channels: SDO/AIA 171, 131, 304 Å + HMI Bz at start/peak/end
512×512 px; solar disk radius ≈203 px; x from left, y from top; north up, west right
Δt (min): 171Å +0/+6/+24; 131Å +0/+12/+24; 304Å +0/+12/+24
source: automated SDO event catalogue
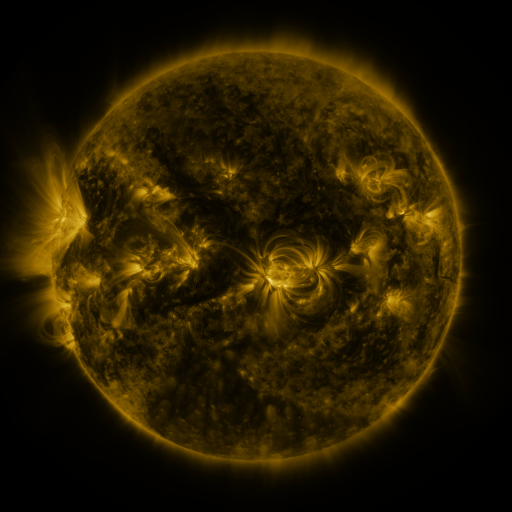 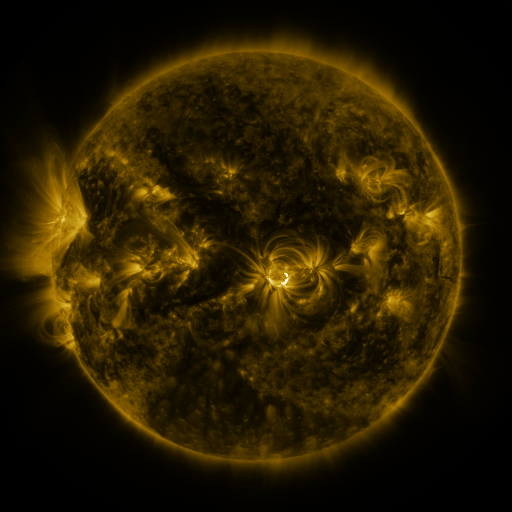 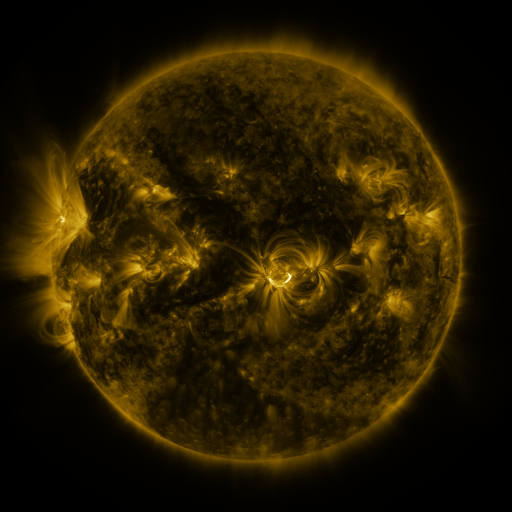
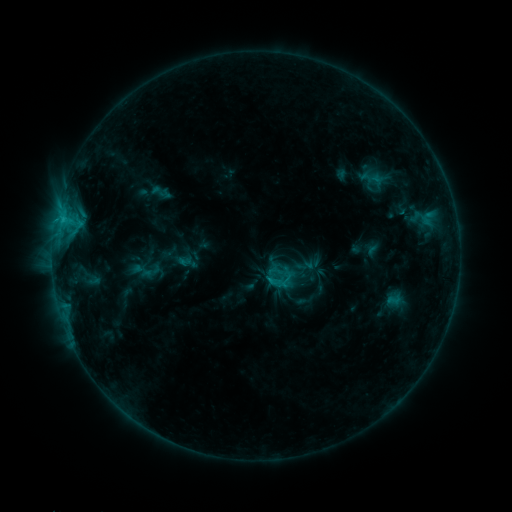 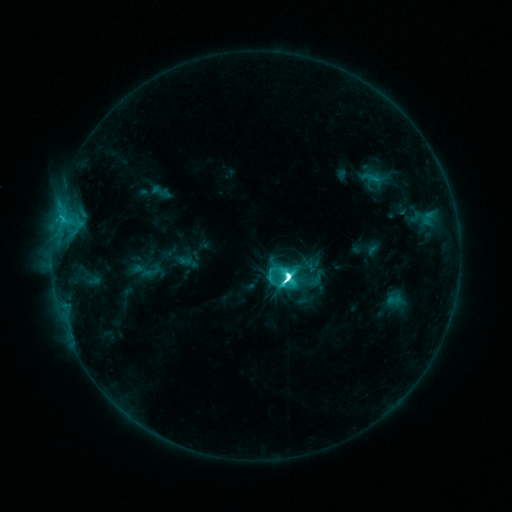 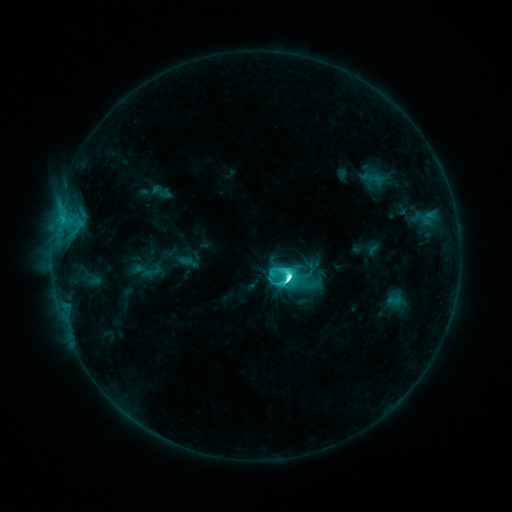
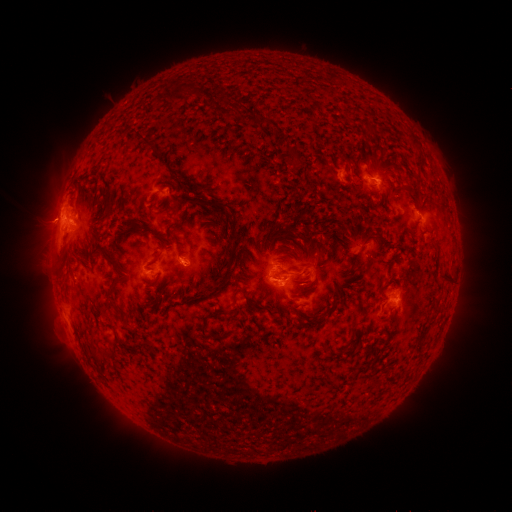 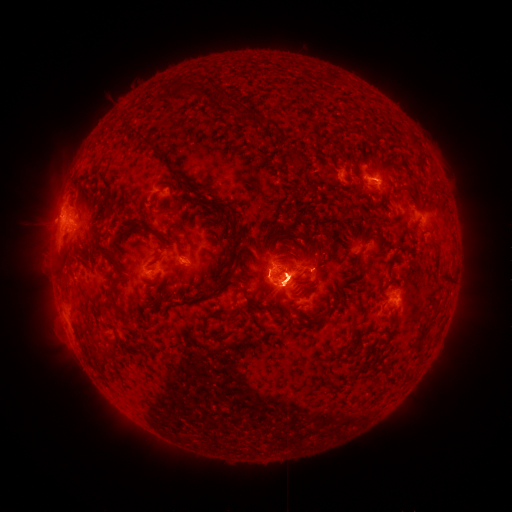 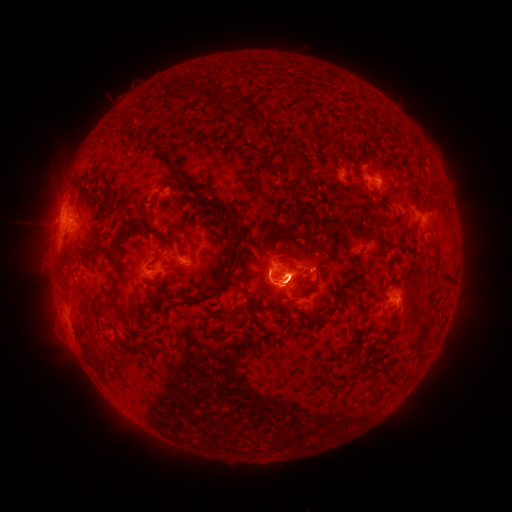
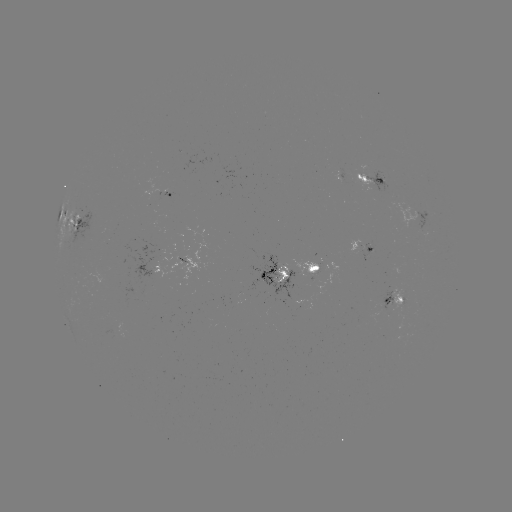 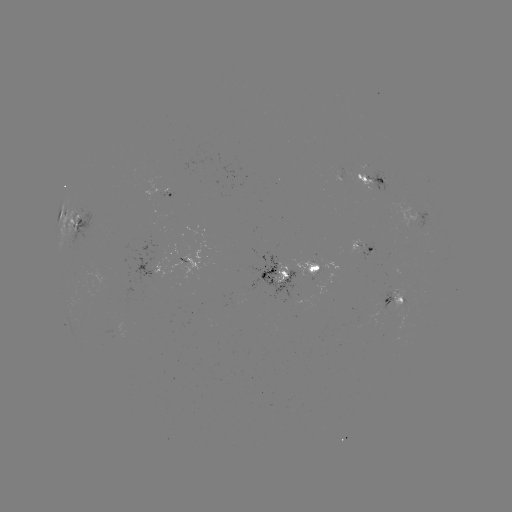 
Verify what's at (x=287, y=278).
M2.1 flare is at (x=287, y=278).